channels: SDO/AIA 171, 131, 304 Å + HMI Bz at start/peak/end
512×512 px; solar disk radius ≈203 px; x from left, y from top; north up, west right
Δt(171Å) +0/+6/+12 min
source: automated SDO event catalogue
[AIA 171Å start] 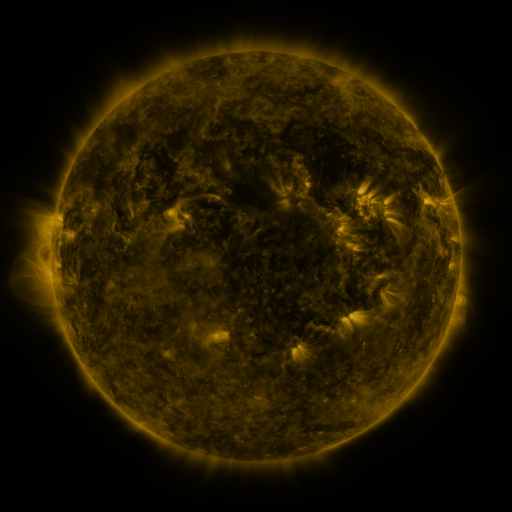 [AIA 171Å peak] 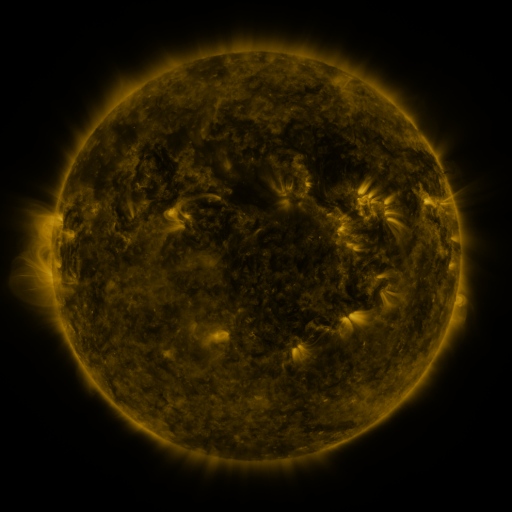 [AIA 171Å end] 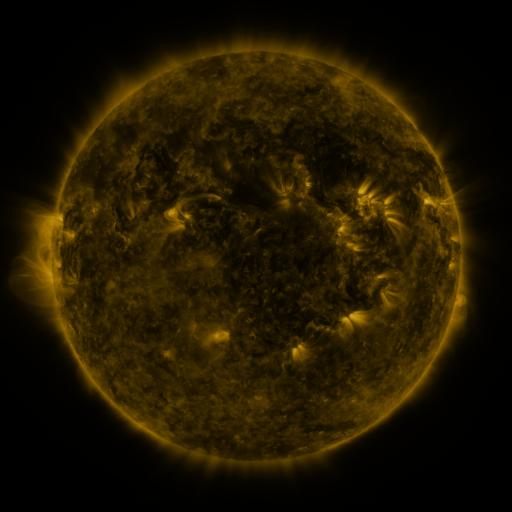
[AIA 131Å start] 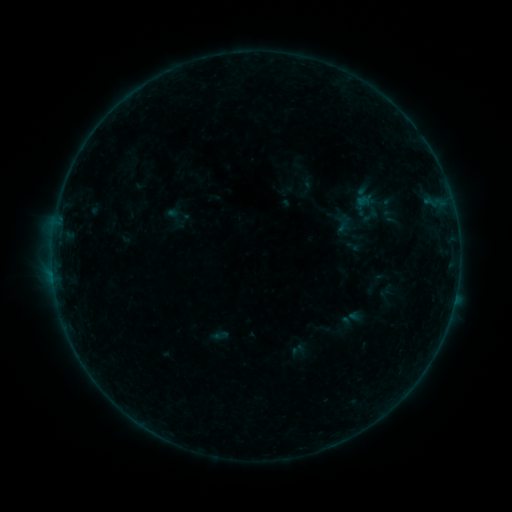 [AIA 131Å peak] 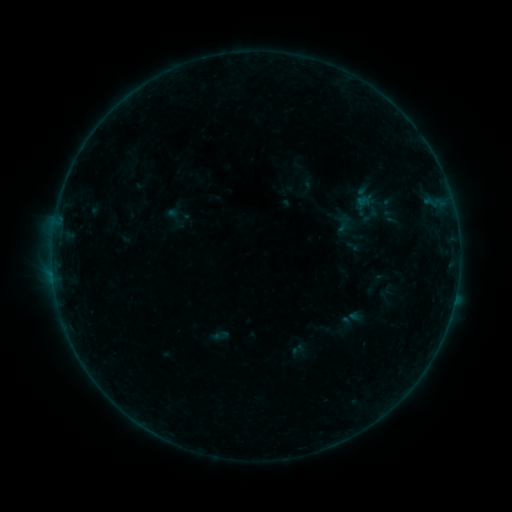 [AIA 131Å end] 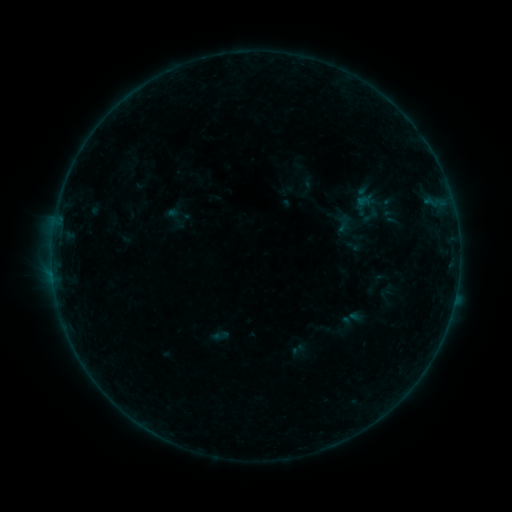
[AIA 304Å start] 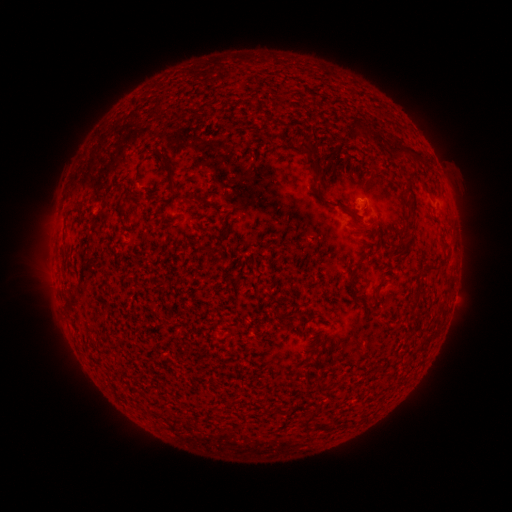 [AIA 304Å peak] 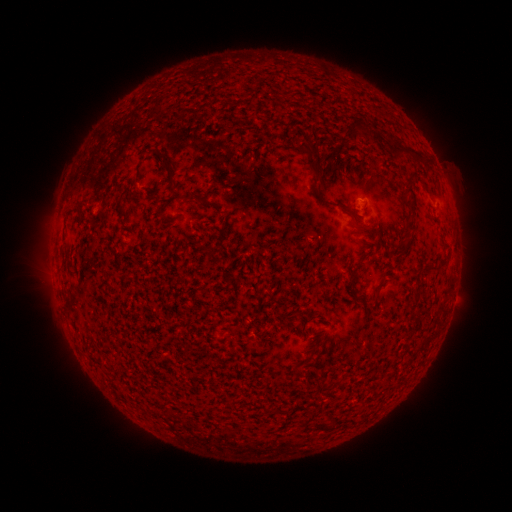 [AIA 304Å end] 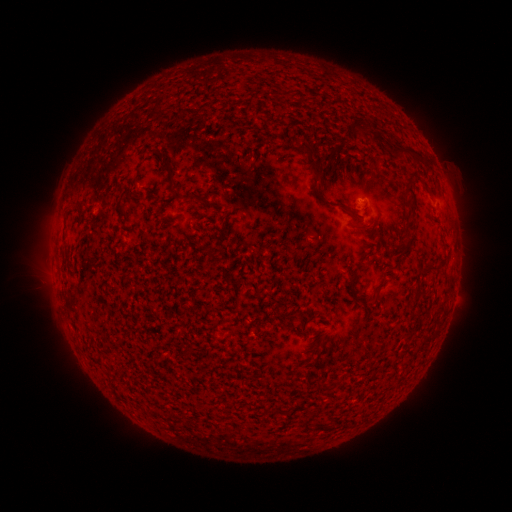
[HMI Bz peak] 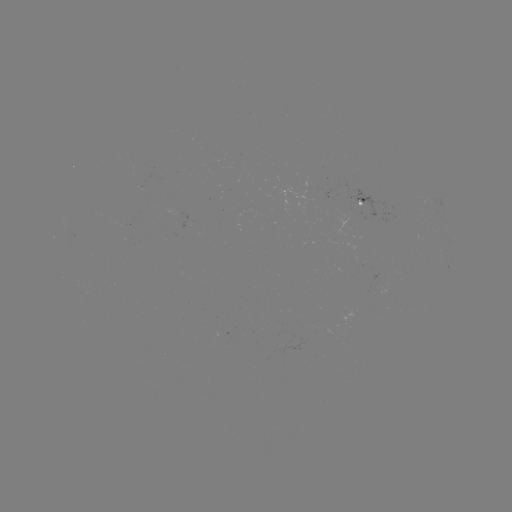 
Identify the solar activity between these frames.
no catalogued flare and no flagged EUV brightening in this window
